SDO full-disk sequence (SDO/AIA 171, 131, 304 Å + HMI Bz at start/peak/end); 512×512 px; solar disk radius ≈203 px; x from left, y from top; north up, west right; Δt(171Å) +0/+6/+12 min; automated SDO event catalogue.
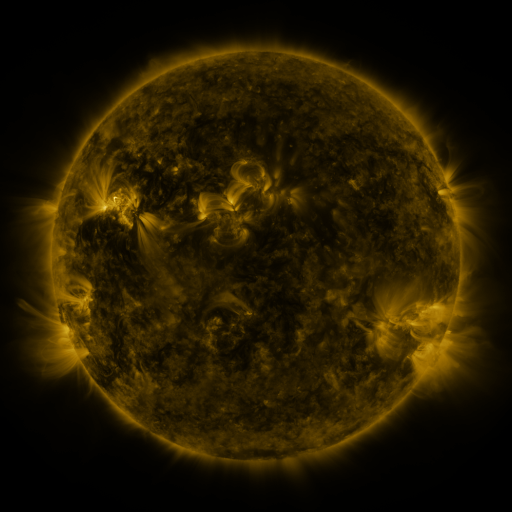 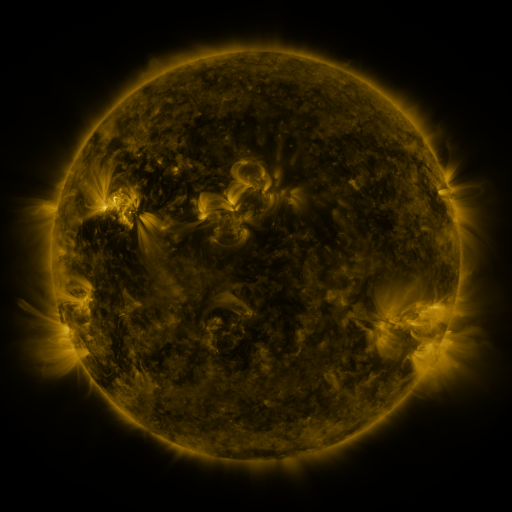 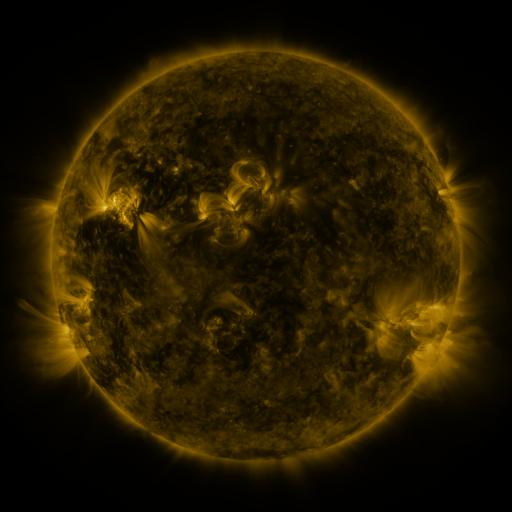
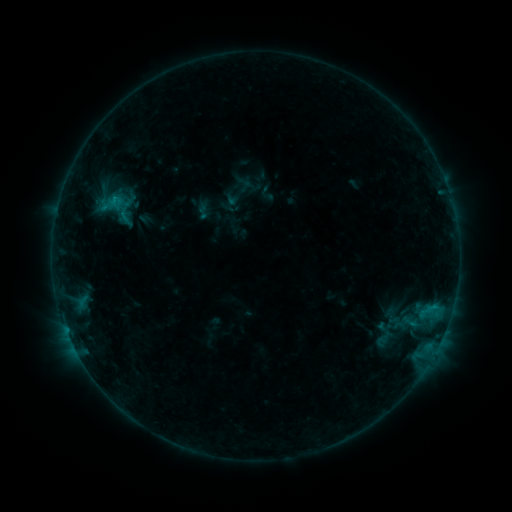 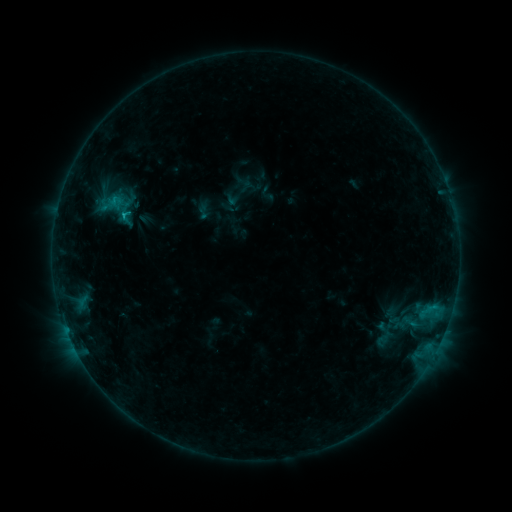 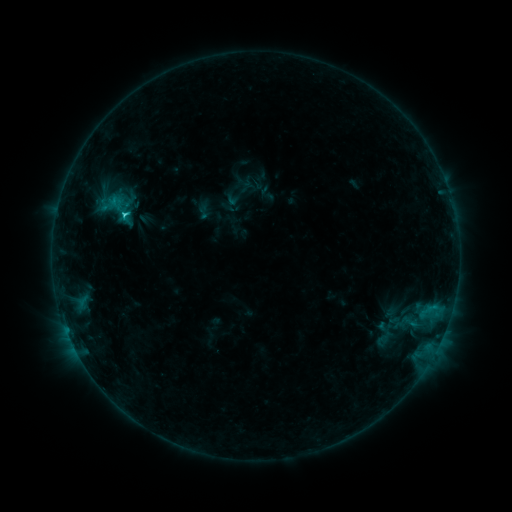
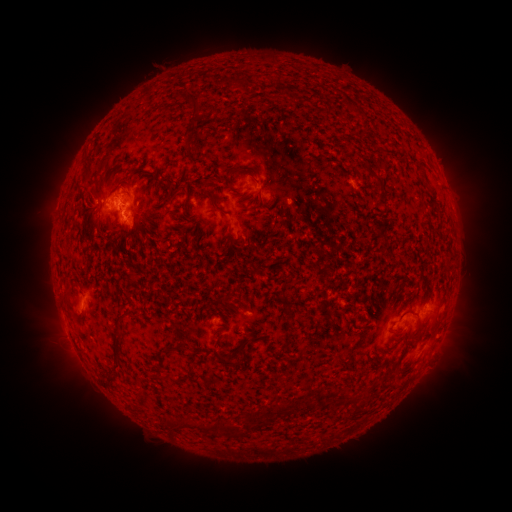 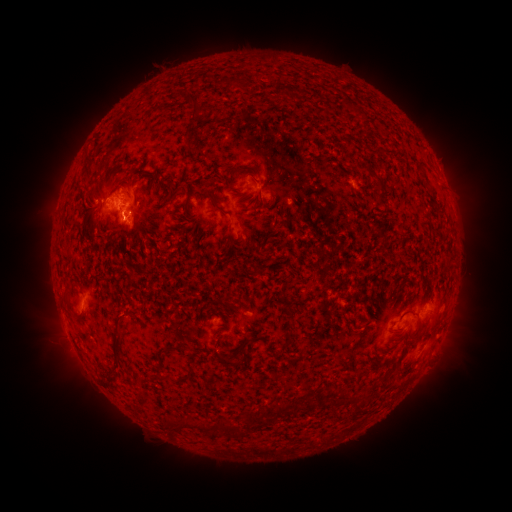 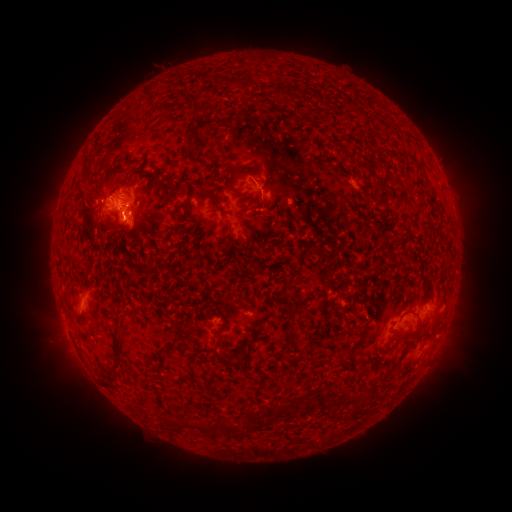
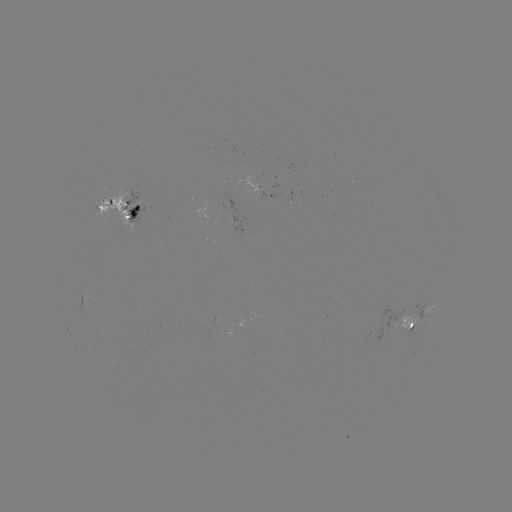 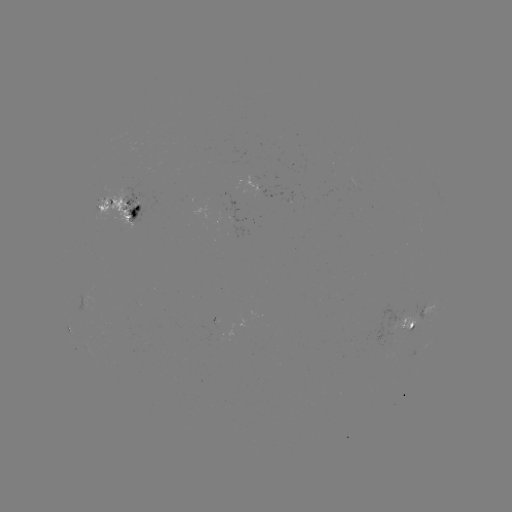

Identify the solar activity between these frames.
C1.7 flare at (126, 218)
